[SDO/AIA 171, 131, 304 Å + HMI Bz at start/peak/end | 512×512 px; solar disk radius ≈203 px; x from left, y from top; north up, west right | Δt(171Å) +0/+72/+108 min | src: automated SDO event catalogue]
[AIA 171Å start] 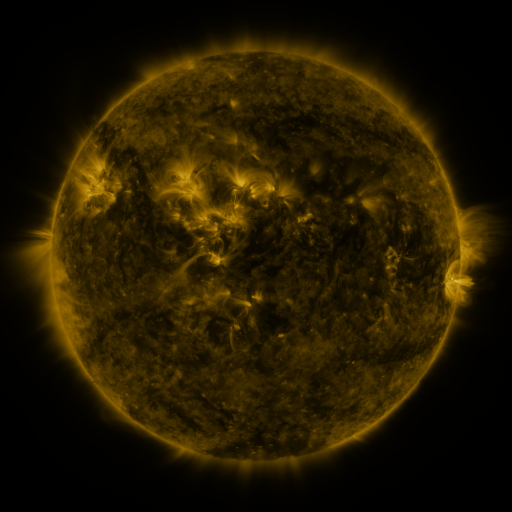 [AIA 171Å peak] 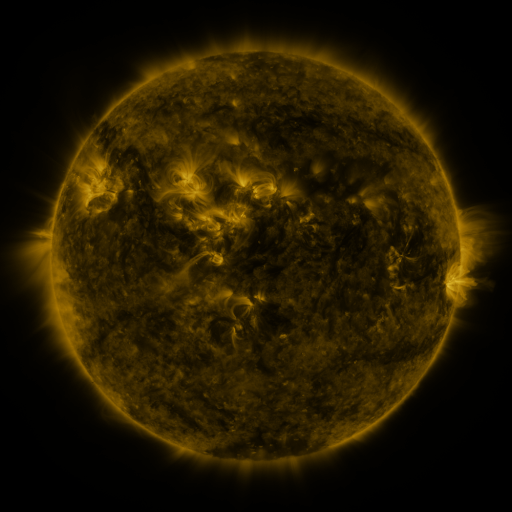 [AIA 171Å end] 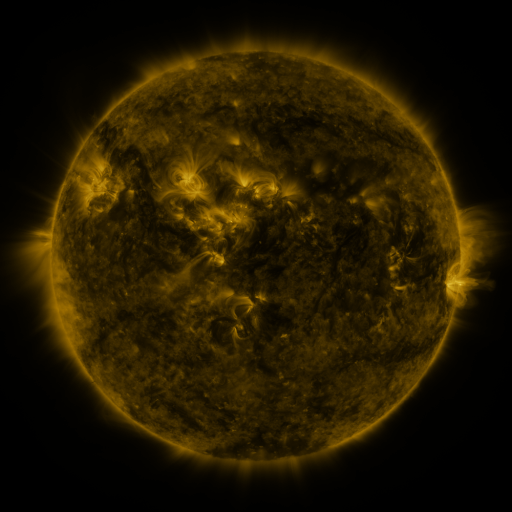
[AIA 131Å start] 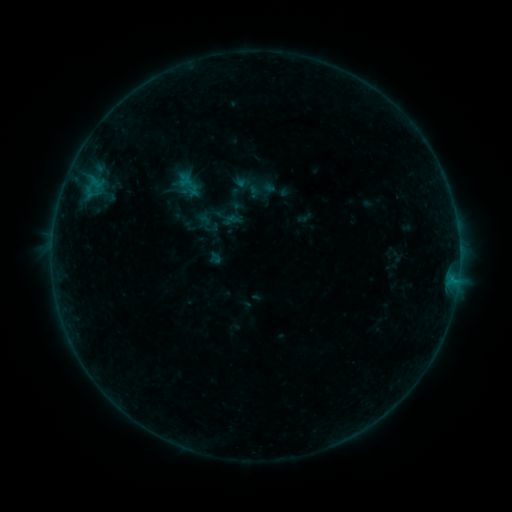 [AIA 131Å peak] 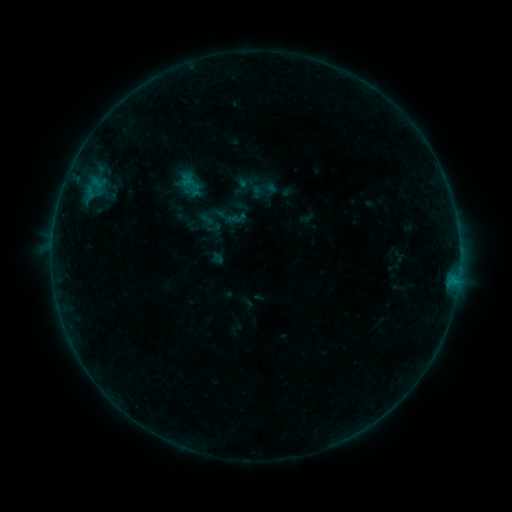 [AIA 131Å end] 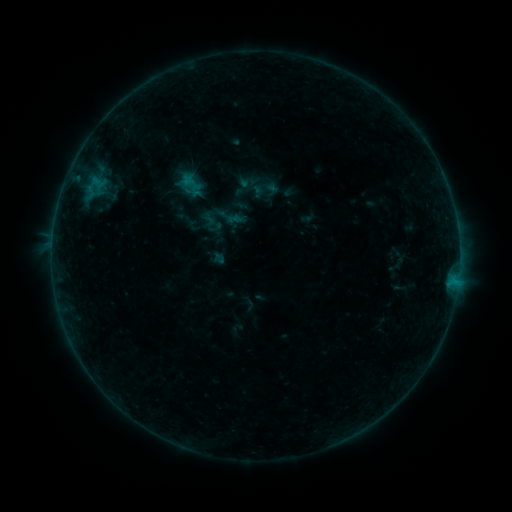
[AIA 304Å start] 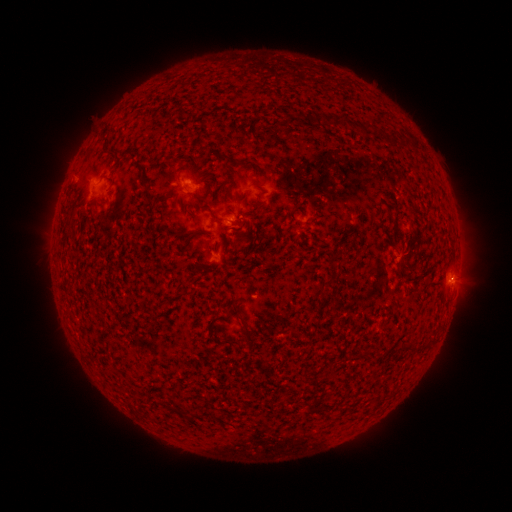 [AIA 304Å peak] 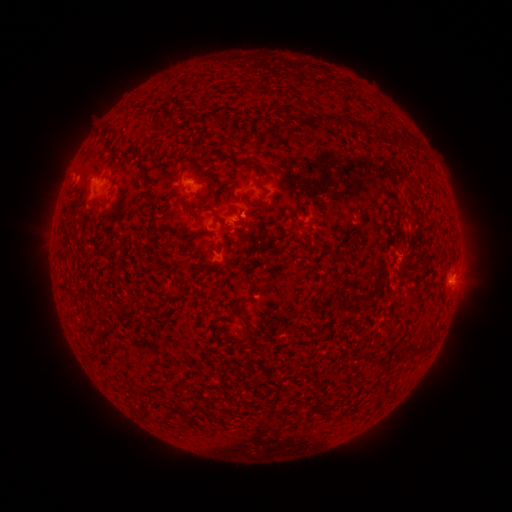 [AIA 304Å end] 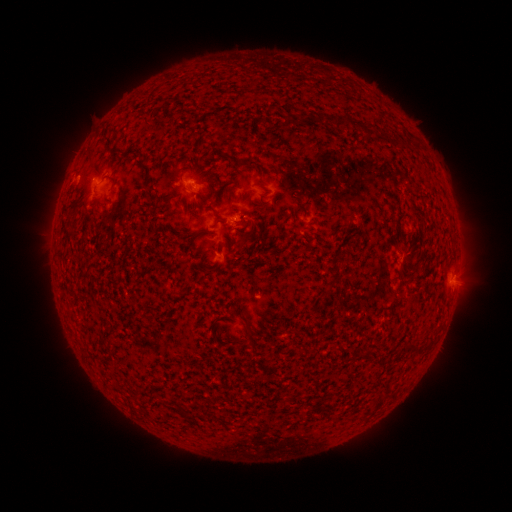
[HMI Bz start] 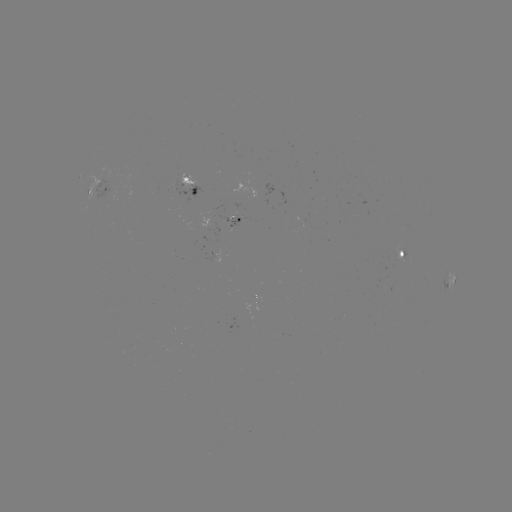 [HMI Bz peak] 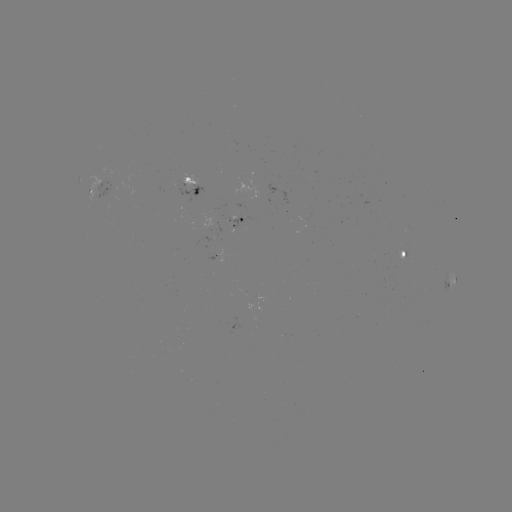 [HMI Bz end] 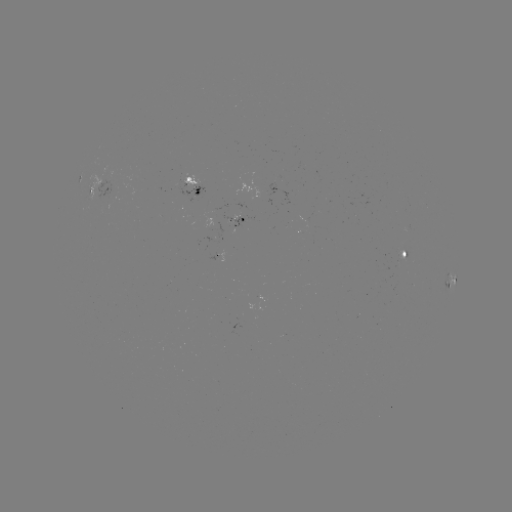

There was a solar emerging-flux region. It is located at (400, 258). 